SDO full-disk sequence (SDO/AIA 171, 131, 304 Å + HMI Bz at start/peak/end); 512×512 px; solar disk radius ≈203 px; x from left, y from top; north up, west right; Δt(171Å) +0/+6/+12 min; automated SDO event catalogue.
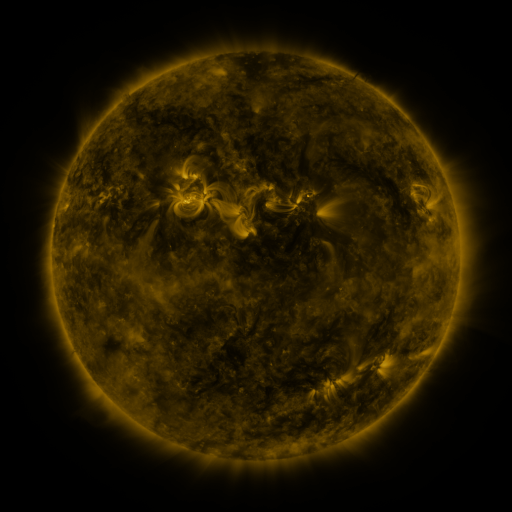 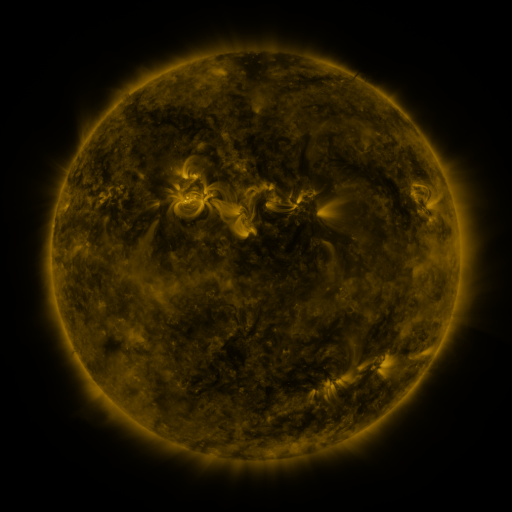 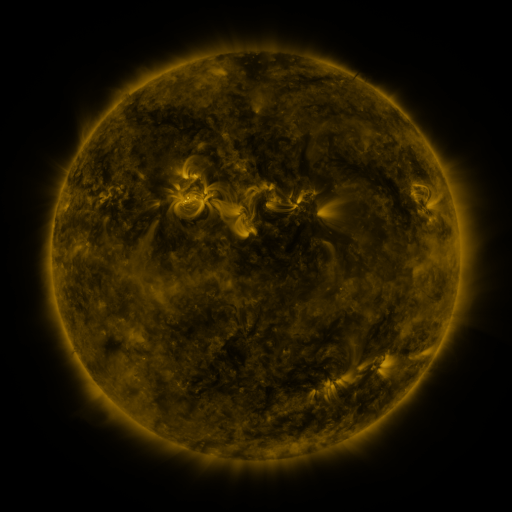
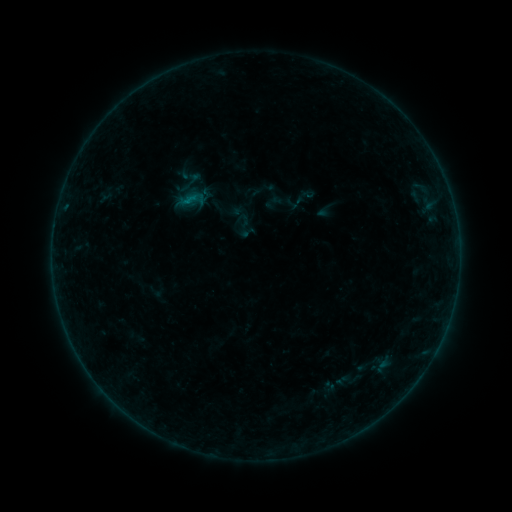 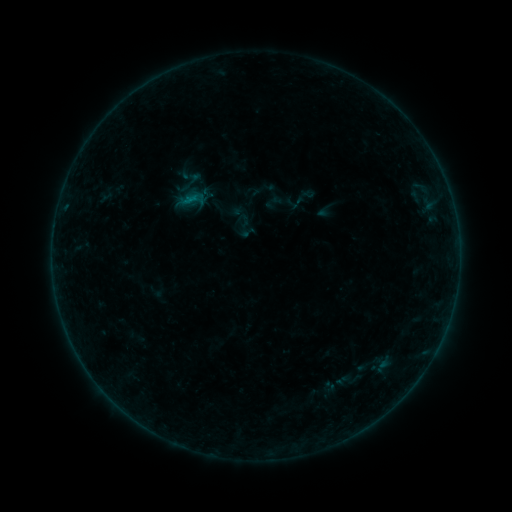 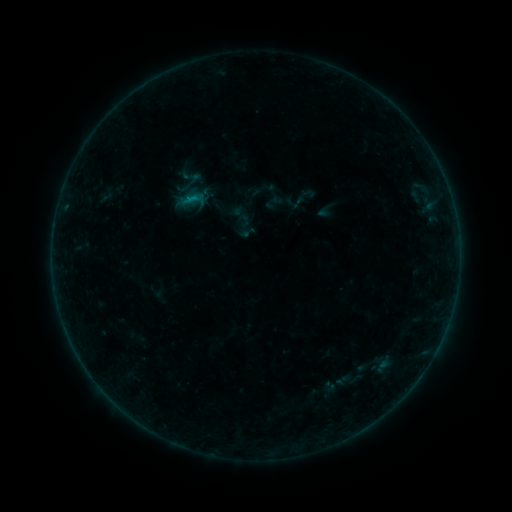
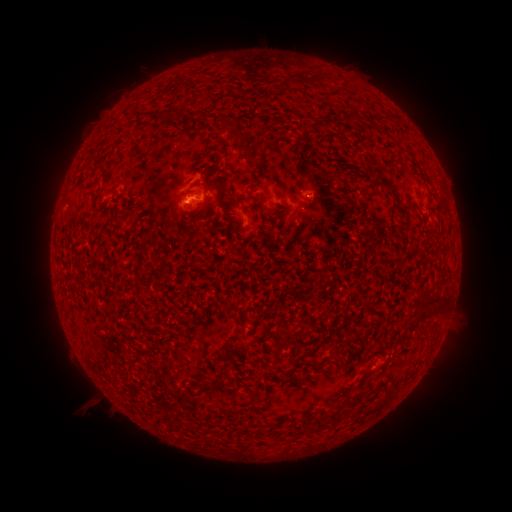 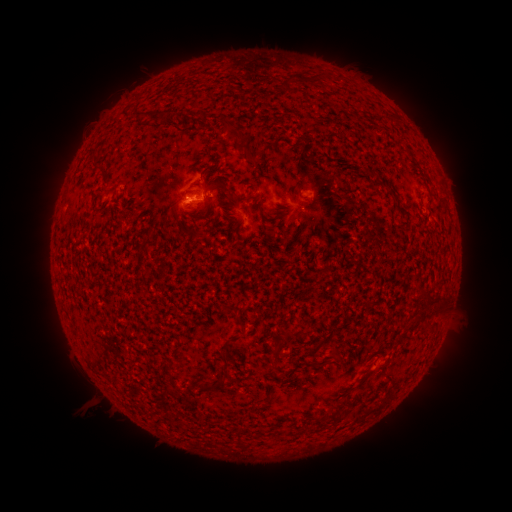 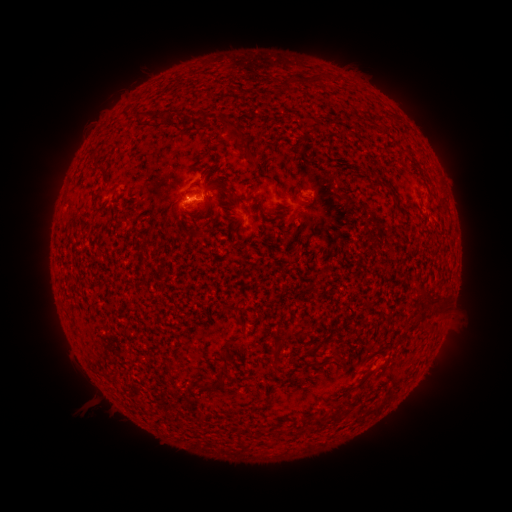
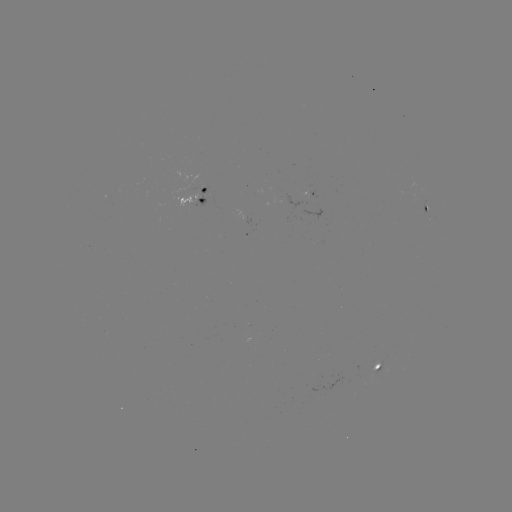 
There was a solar flare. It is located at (190, 202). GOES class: B2.5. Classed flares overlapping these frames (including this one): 1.